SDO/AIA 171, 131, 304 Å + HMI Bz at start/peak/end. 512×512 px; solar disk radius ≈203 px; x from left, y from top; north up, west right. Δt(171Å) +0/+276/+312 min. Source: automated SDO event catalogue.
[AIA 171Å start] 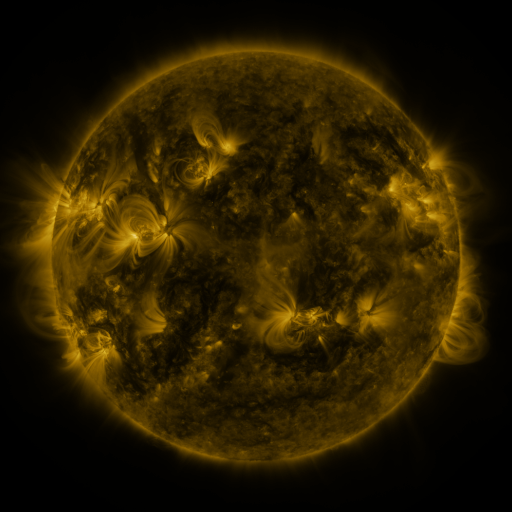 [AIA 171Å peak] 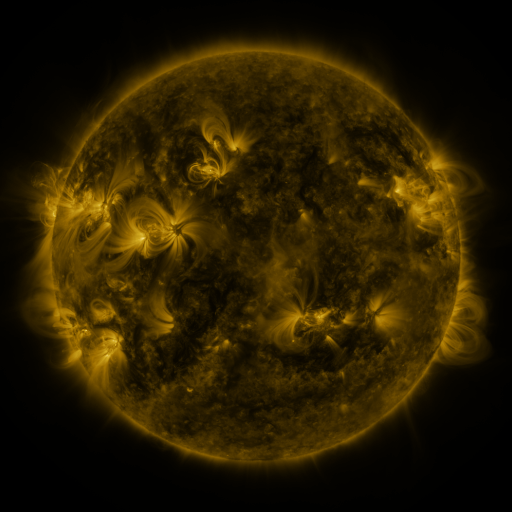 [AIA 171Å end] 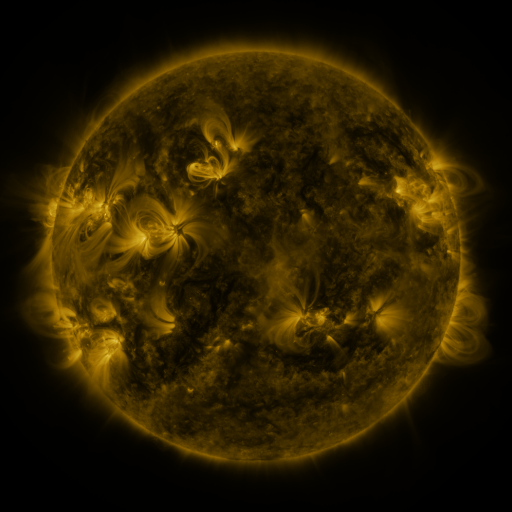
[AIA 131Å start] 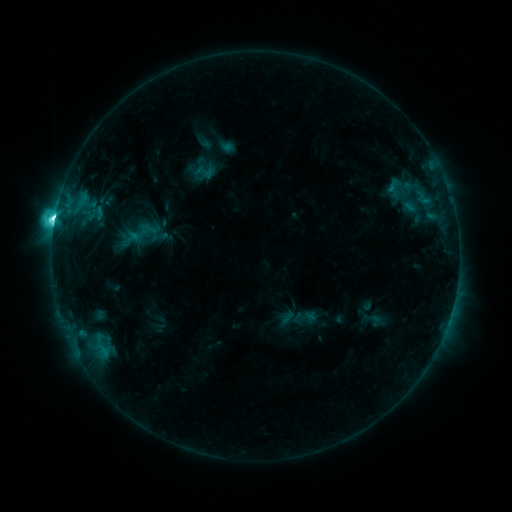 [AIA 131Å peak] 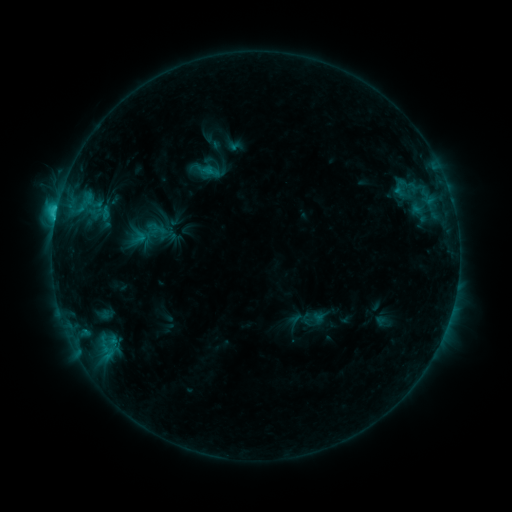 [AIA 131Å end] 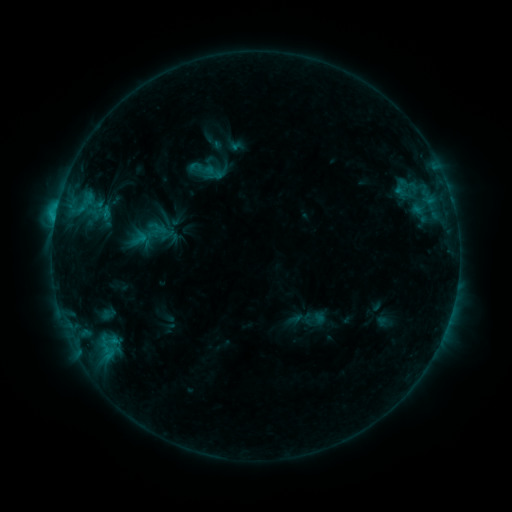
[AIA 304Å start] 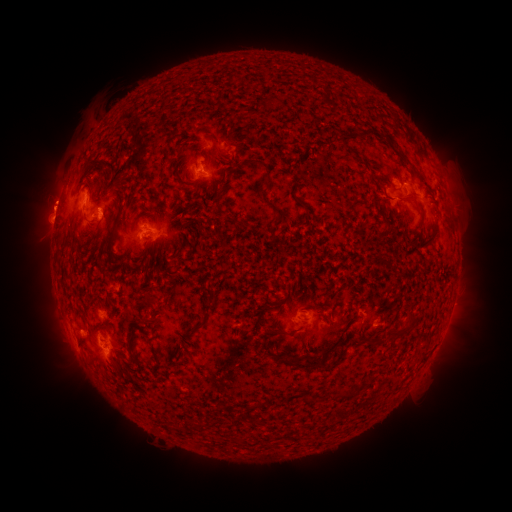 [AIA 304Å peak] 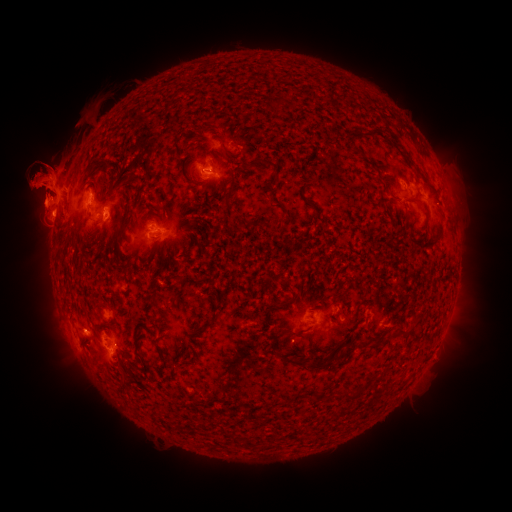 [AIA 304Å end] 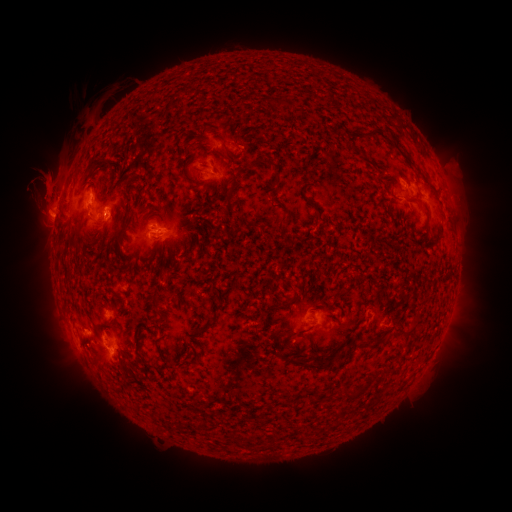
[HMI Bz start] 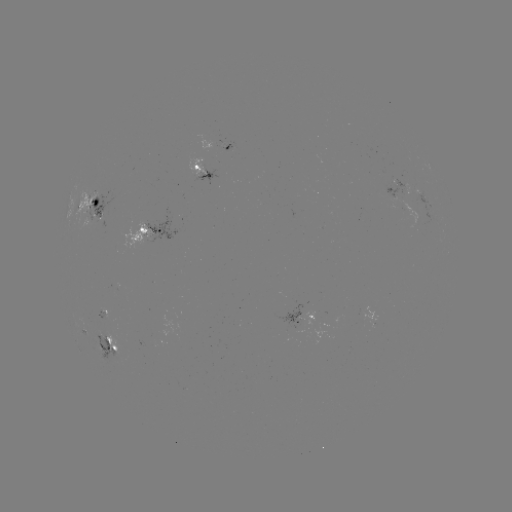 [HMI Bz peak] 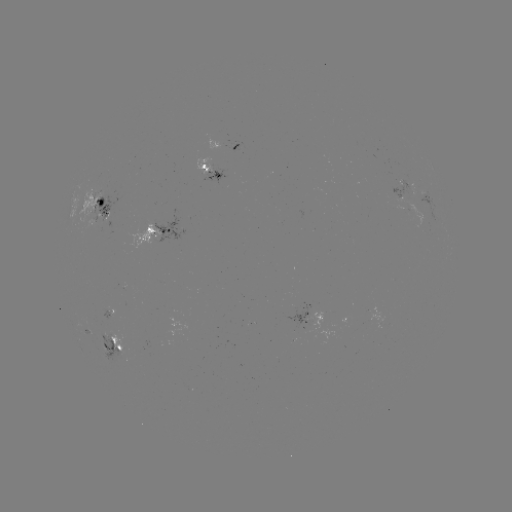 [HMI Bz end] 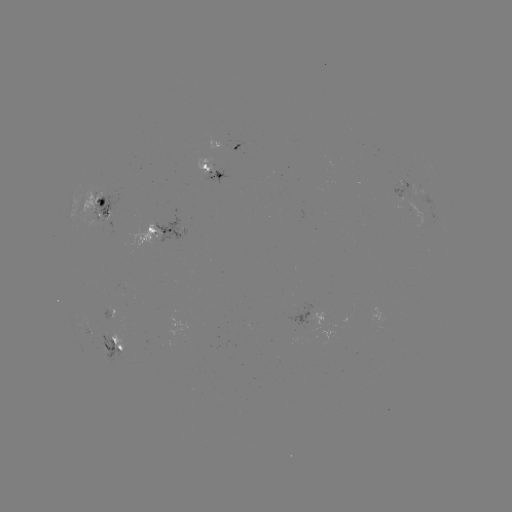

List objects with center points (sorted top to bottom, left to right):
emerging-flux region: (208, 166)
